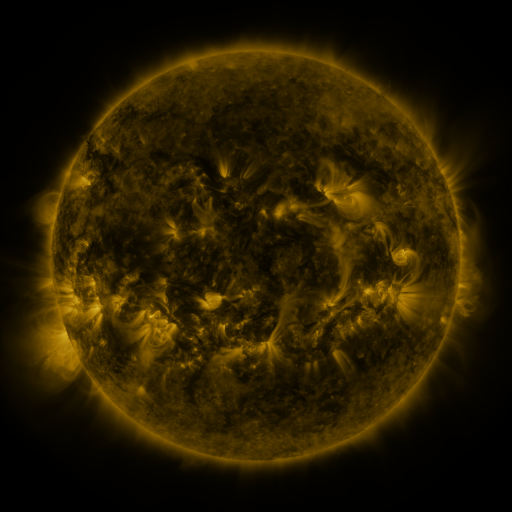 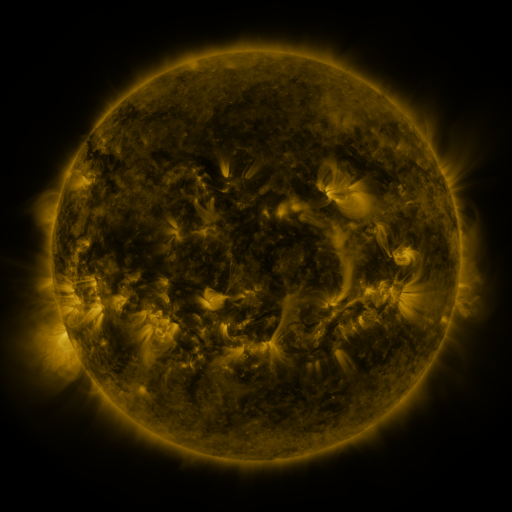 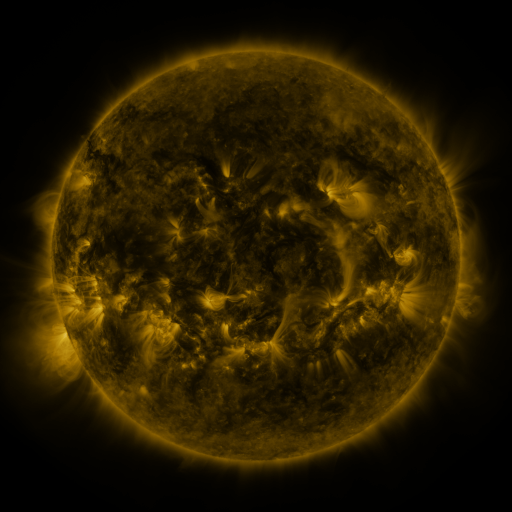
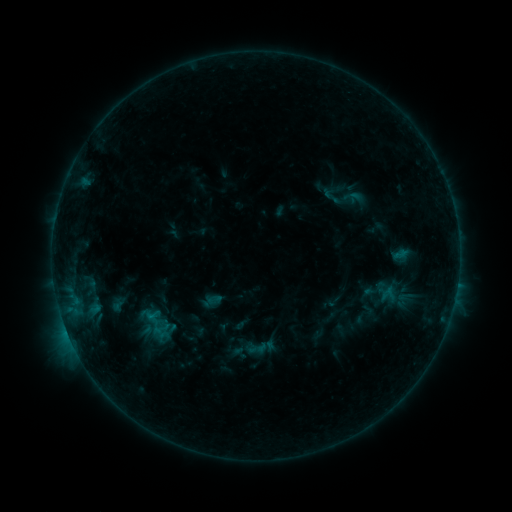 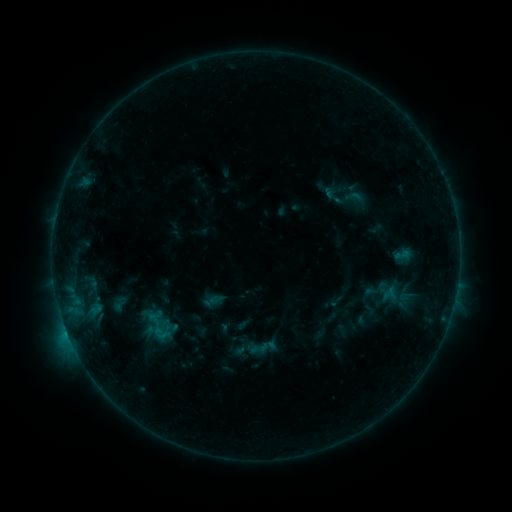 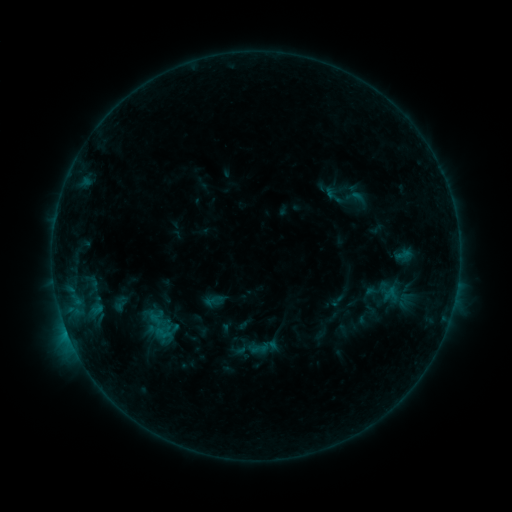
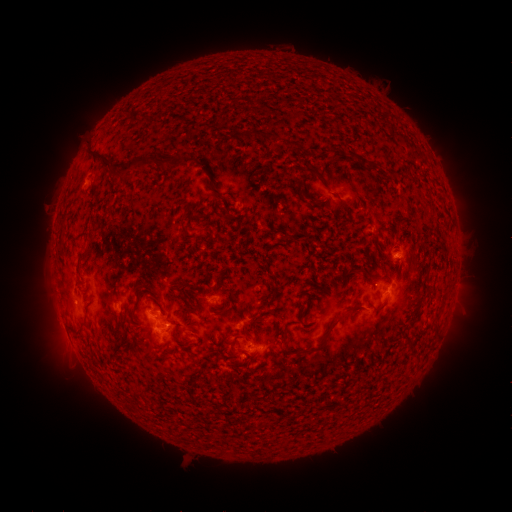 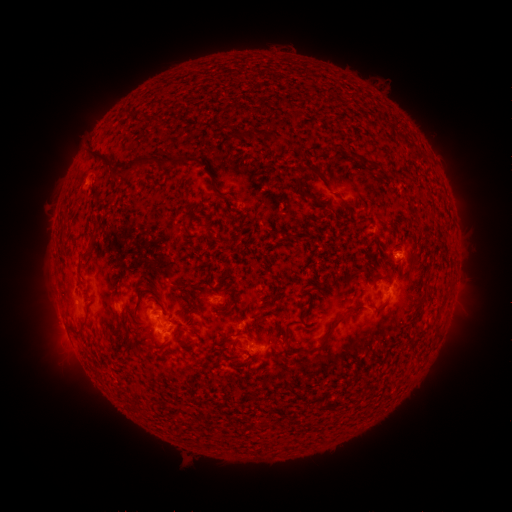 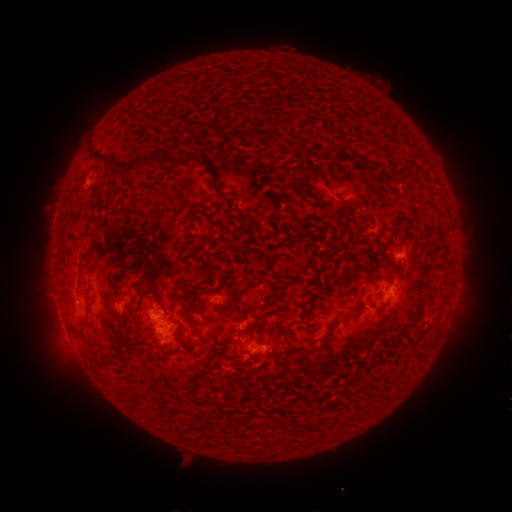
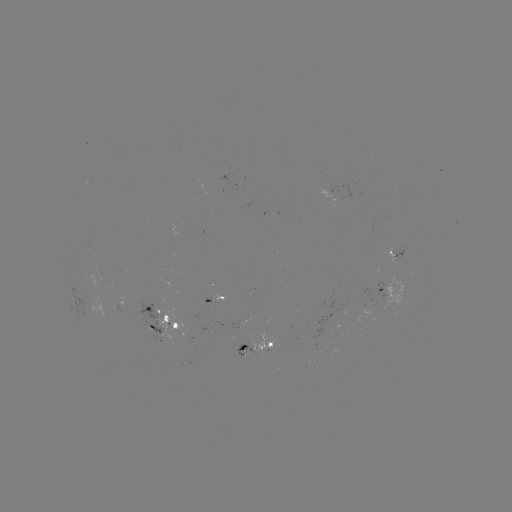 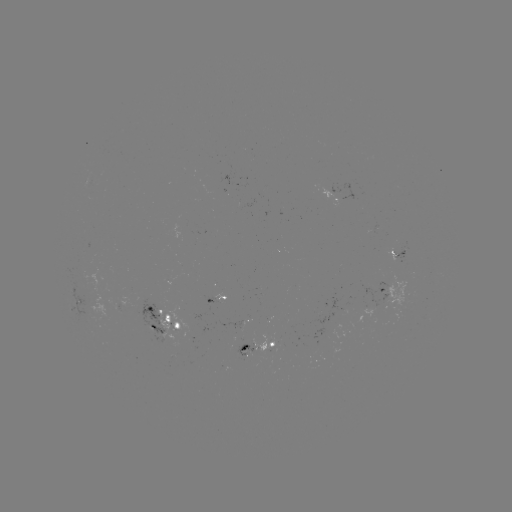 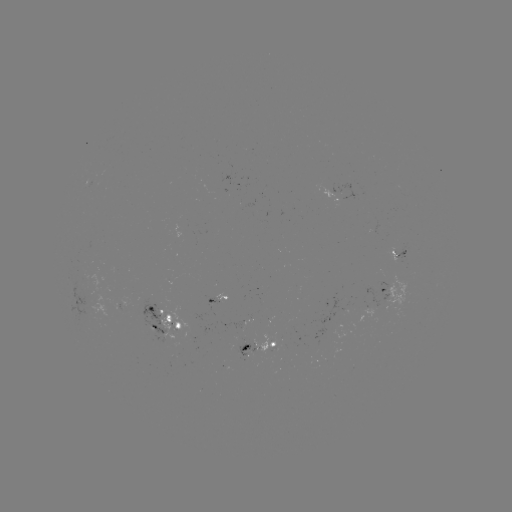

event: emerging-flux region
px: (193, 316)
